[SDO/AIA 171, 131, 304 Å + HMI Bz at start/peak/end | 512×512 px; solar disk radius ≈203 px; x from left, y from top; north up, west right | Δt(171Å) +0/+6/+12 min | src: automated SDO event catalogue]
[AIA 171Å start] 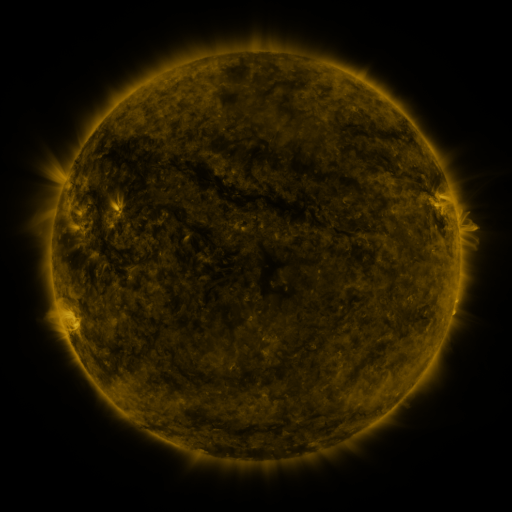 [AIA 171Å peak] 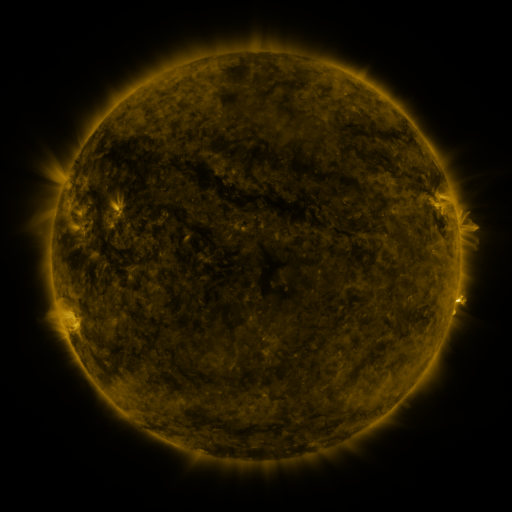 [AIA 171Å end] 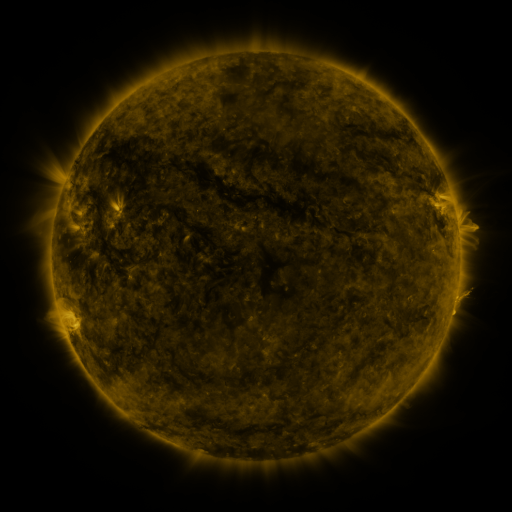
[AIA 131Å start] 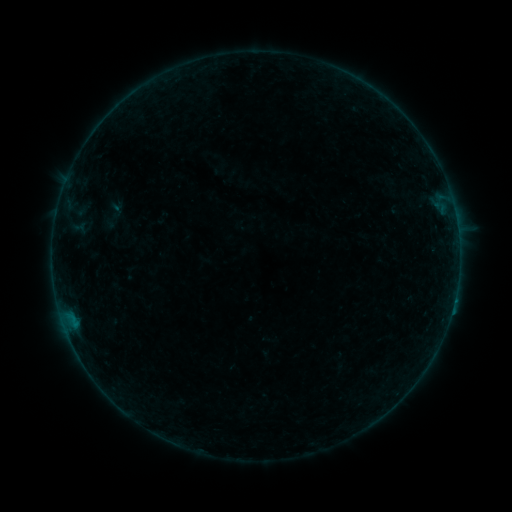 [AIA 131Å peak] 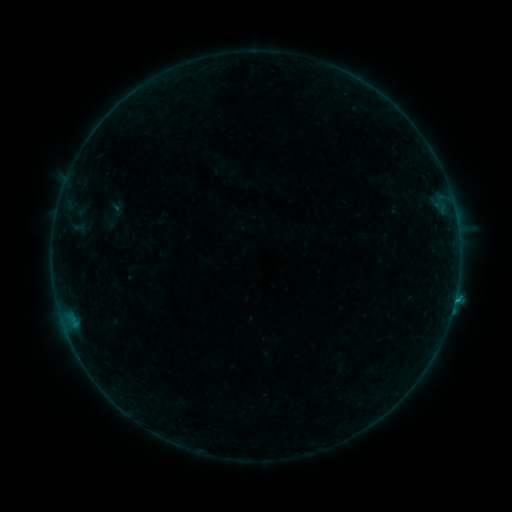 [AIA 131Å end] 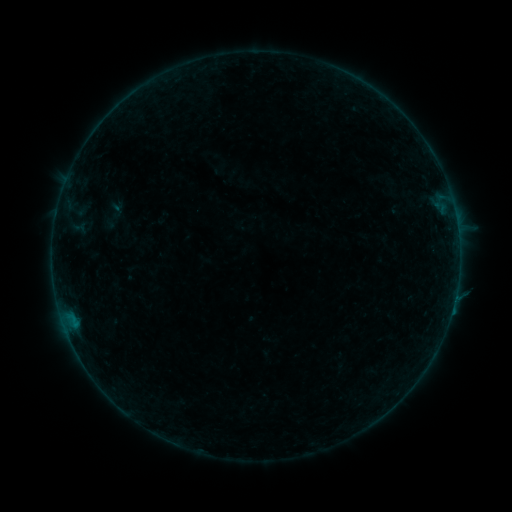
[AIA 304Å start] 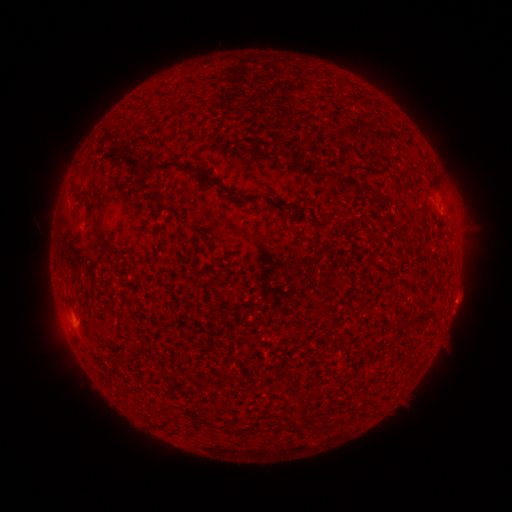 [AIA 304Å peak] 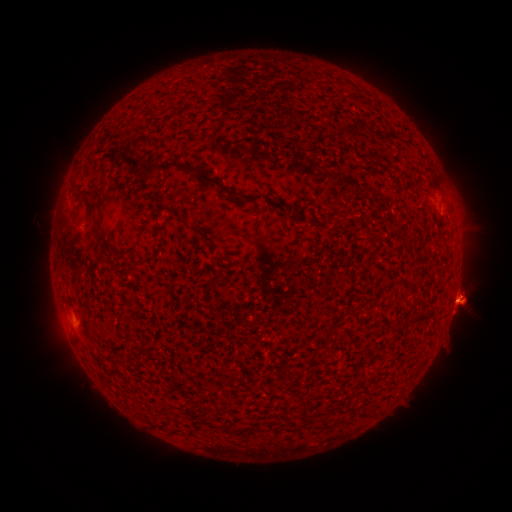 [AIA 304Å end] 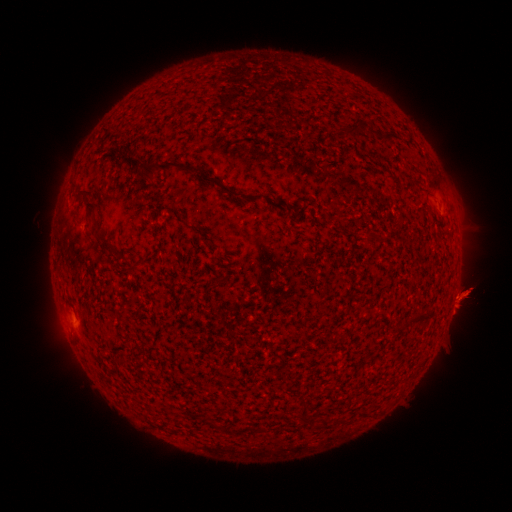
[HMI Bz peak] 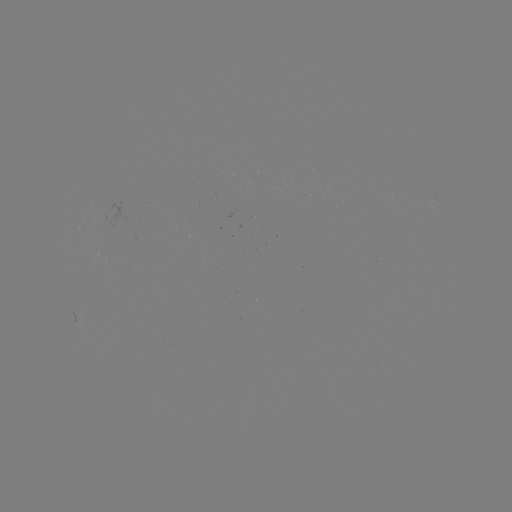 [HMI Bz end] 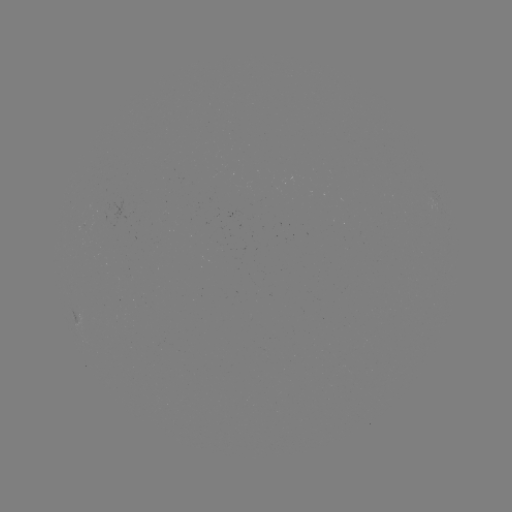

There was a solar flare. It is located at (454, 298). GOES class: B2.2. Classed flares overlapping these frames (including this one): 1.